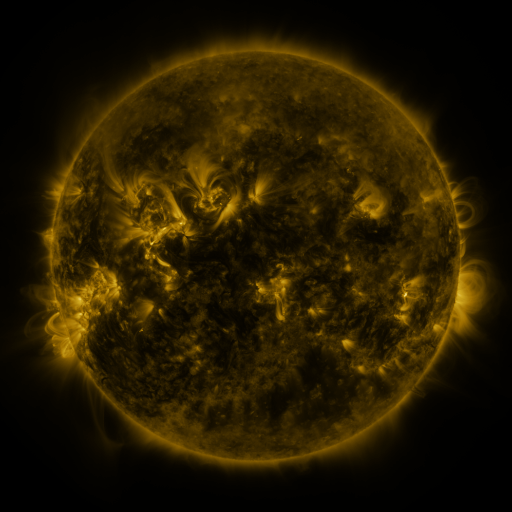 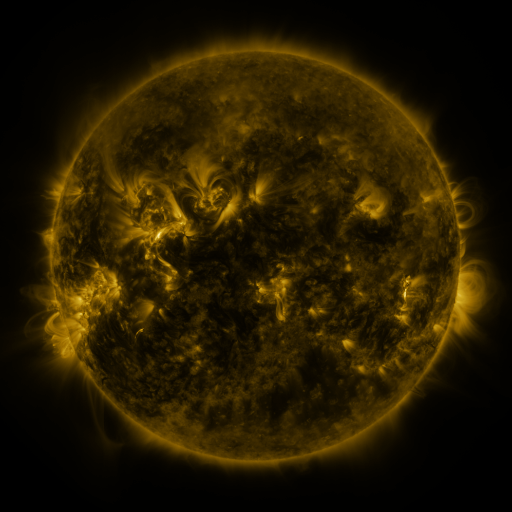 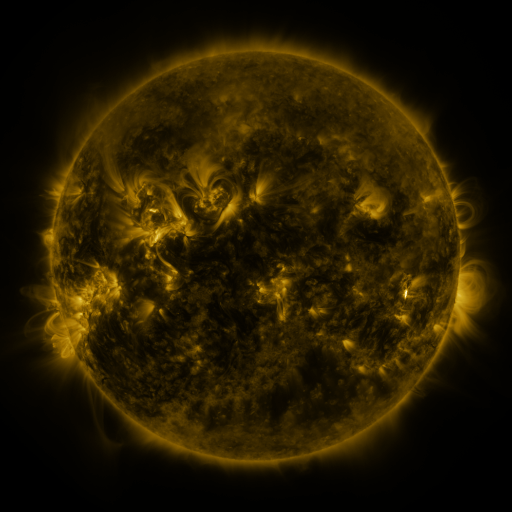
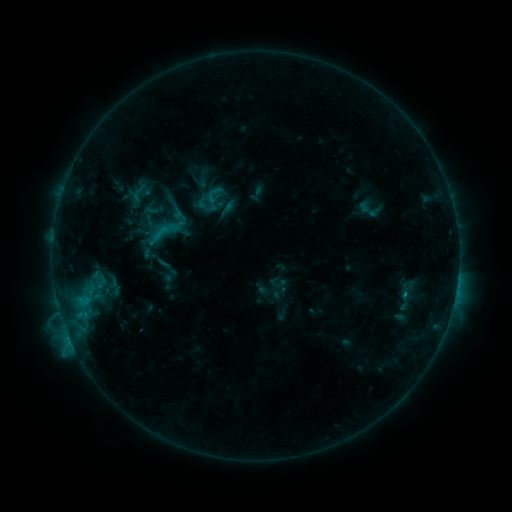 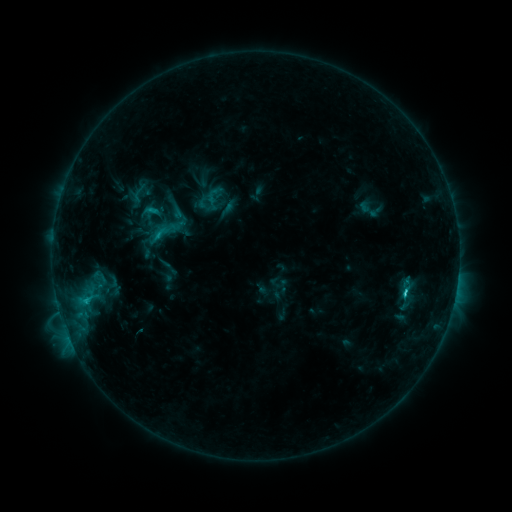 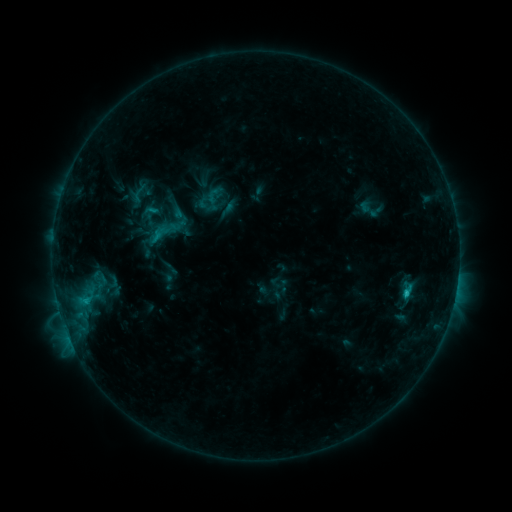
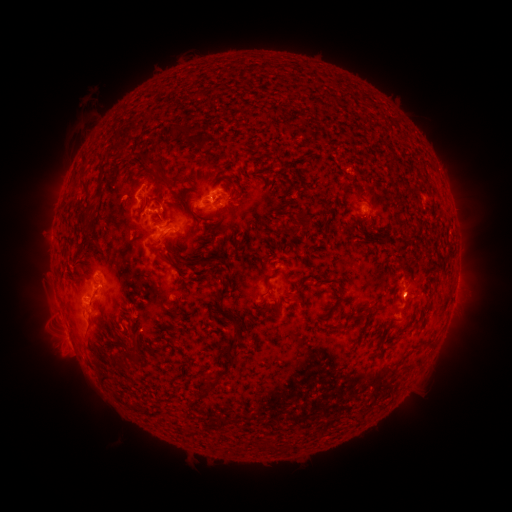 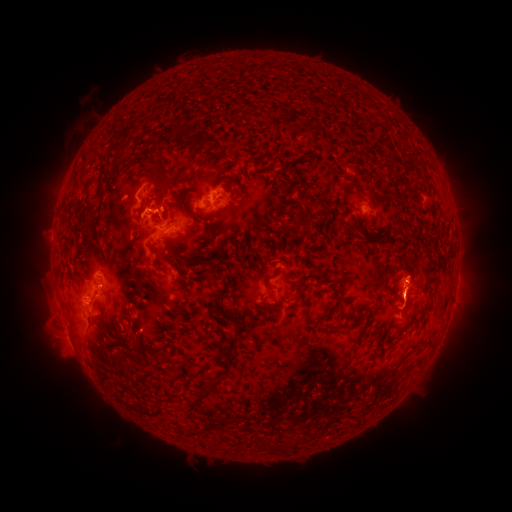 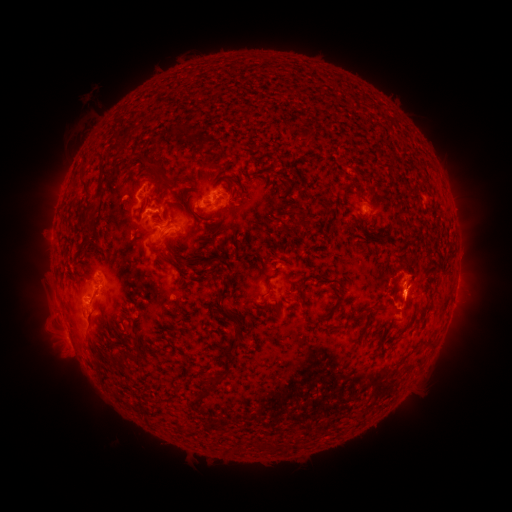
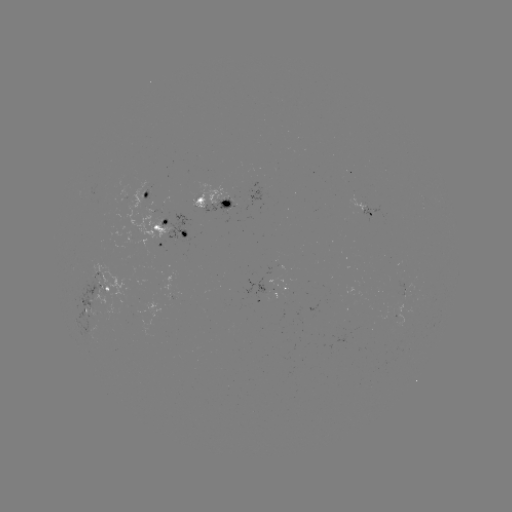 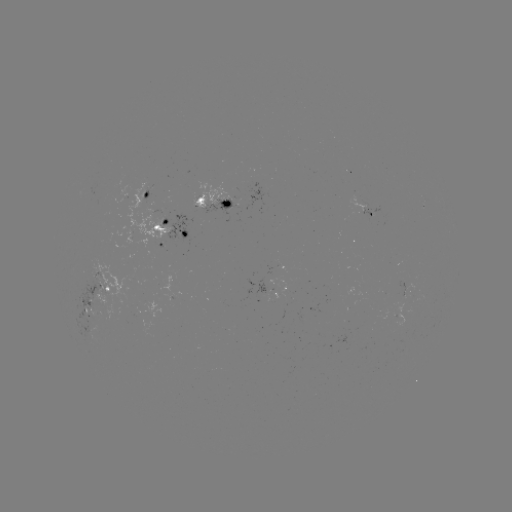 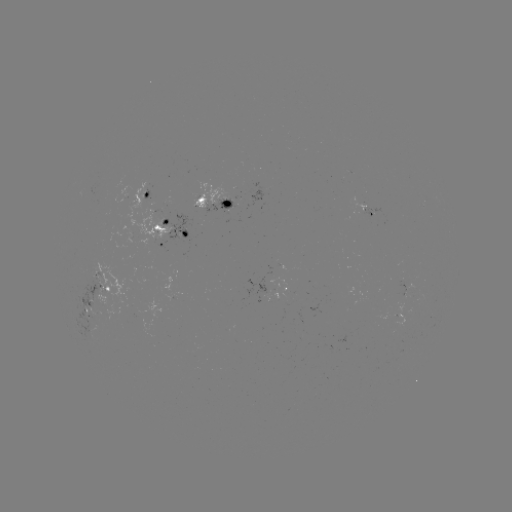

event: flare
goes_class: C2.4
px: (404, 290)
